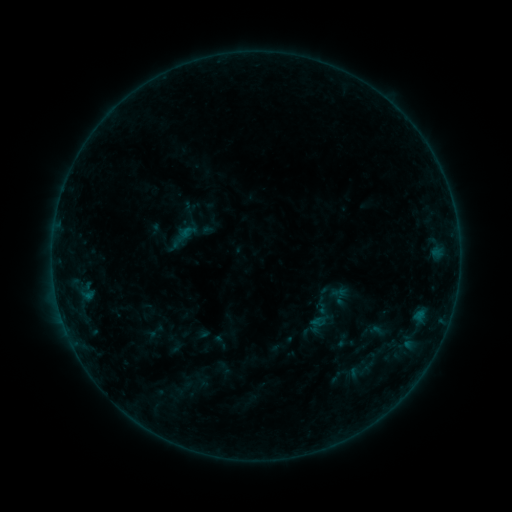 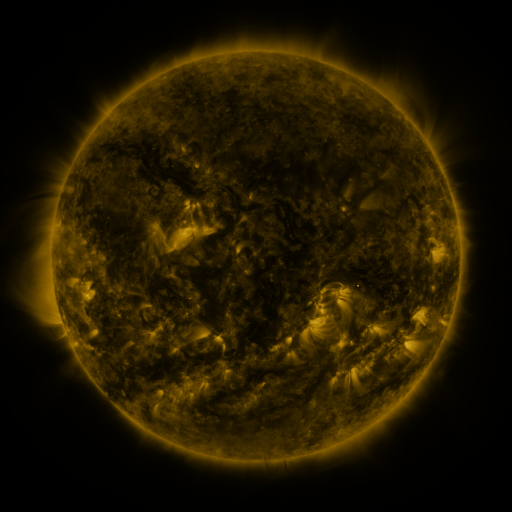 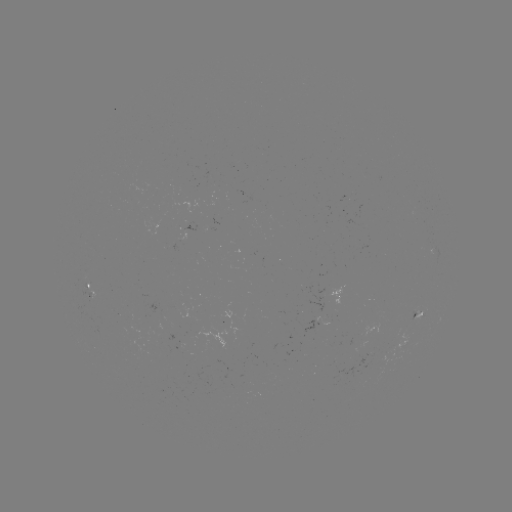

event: sigmoid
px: (321, 308)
